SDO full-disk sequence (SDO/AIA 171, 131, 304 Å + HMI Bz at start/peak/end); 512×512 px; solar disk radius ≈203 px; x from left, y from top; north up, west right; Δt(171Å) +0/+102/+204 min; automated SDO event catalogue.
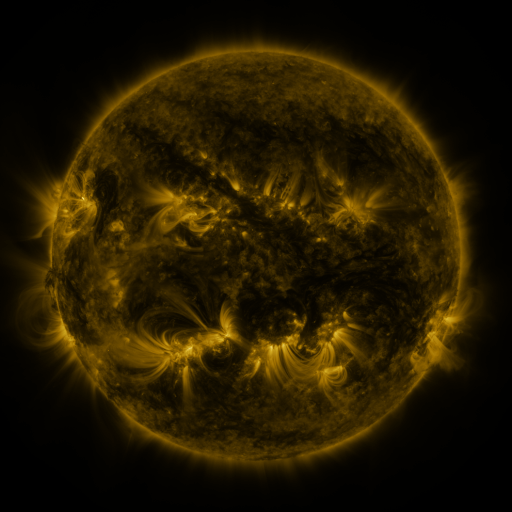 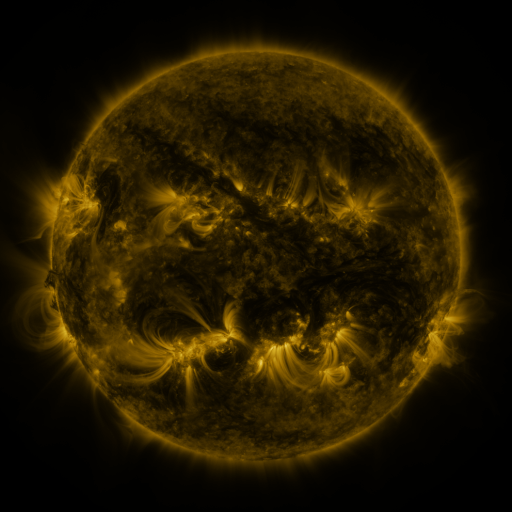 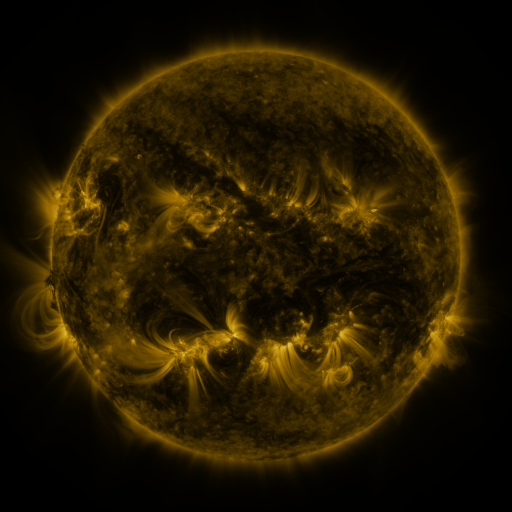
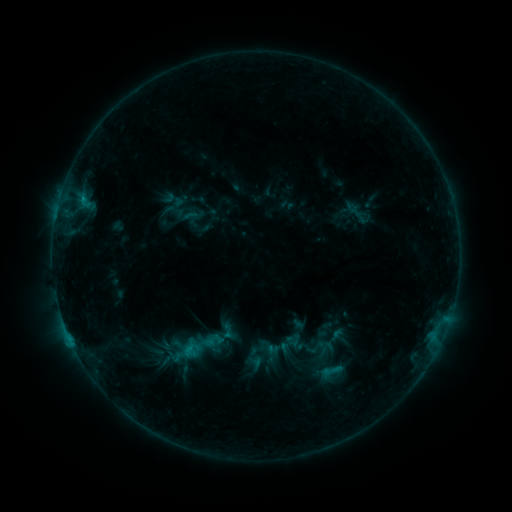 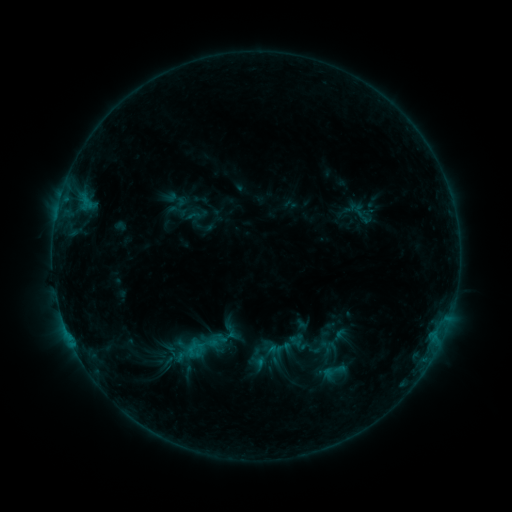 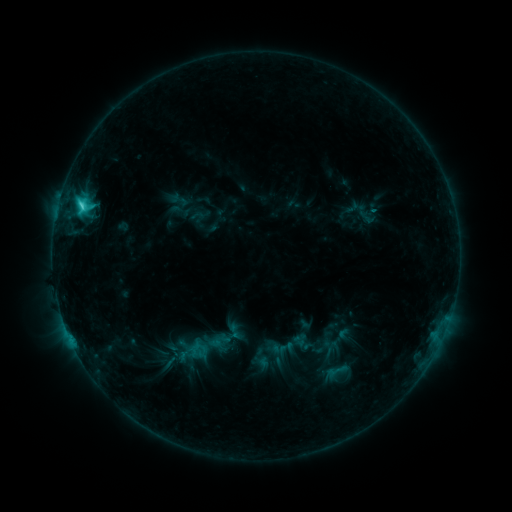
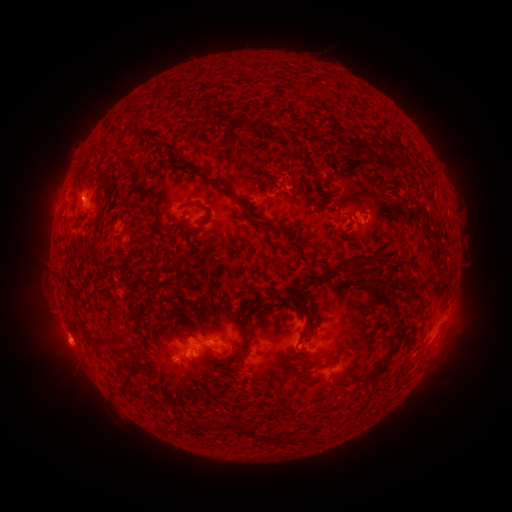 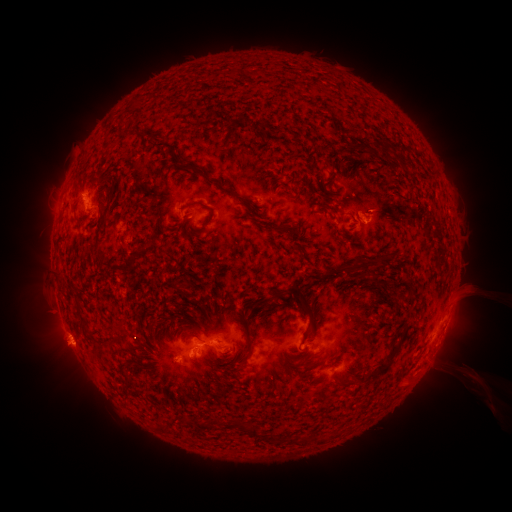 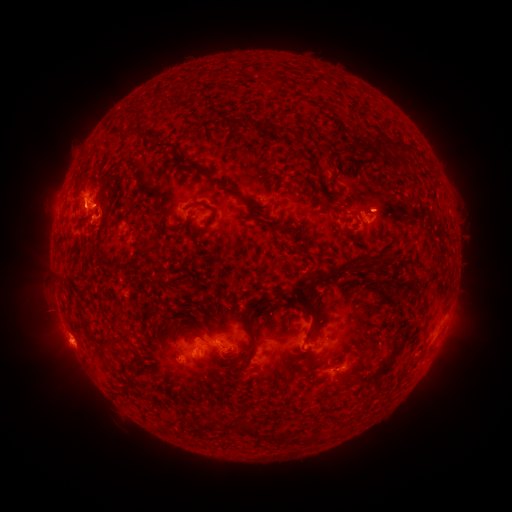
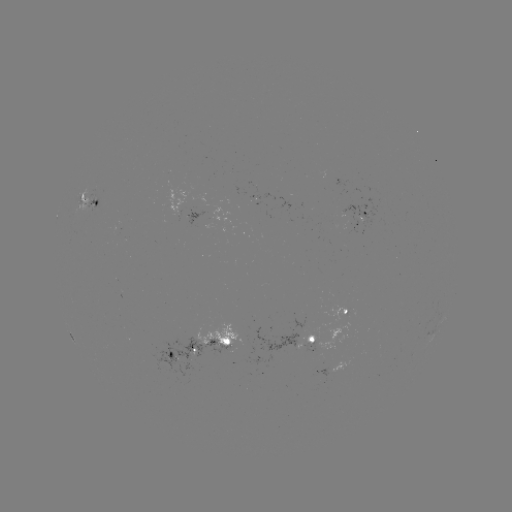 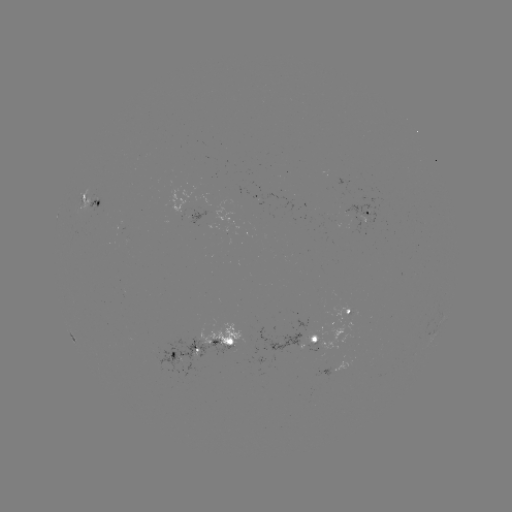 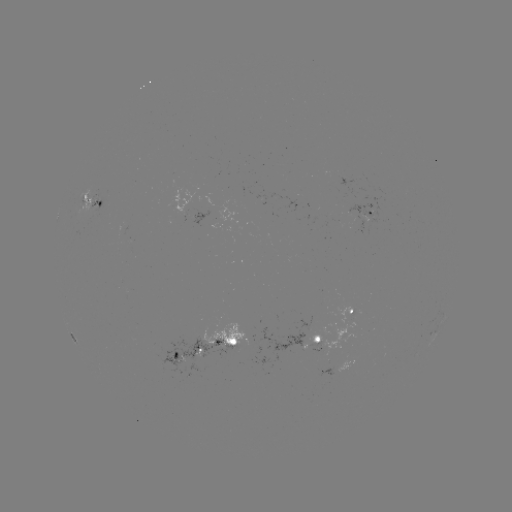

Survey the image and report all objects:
filament eruption: (469, 327)
